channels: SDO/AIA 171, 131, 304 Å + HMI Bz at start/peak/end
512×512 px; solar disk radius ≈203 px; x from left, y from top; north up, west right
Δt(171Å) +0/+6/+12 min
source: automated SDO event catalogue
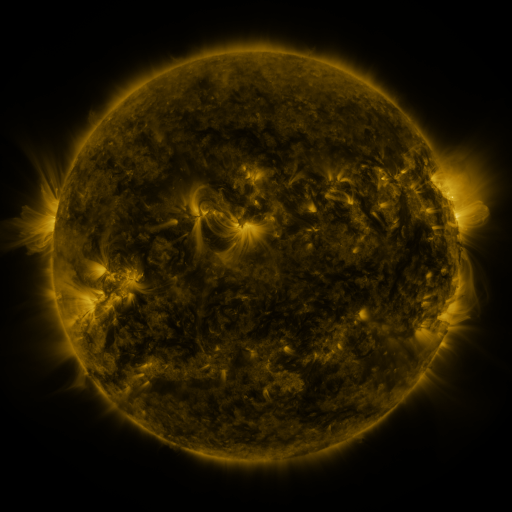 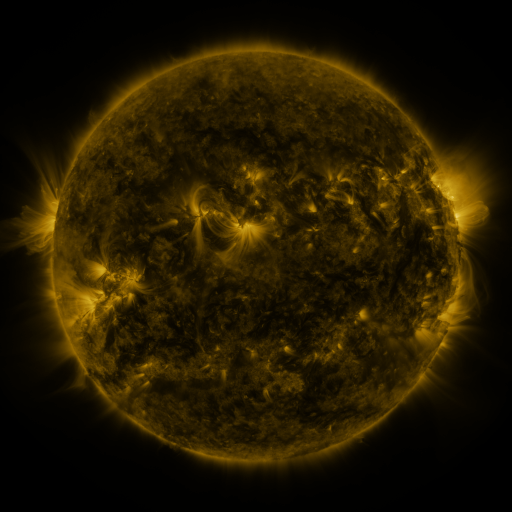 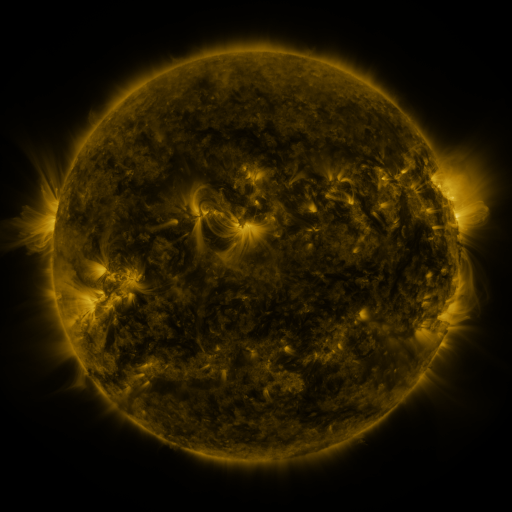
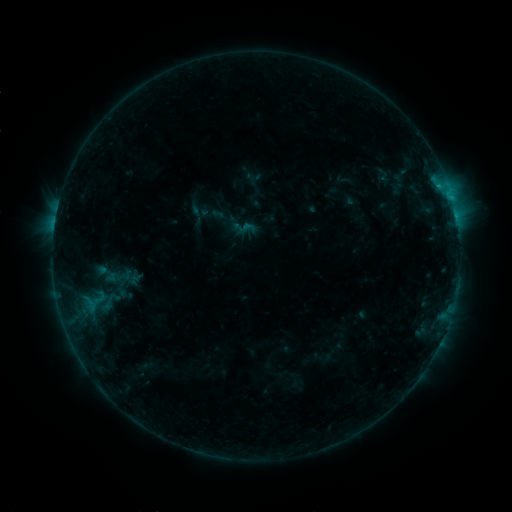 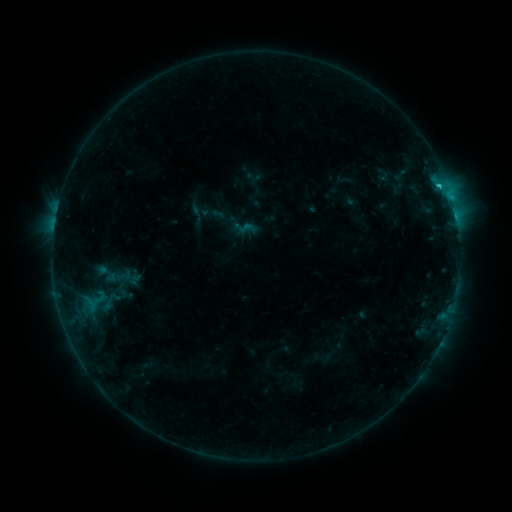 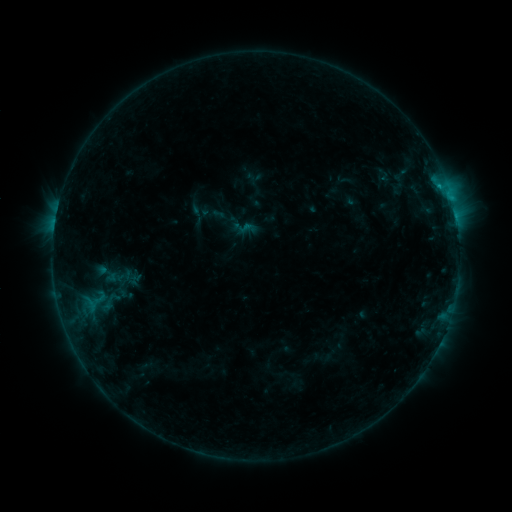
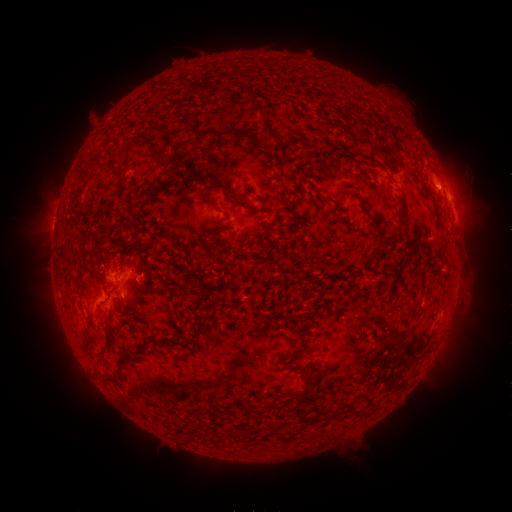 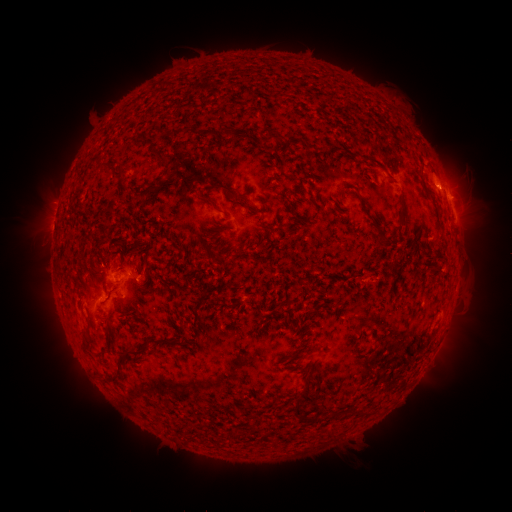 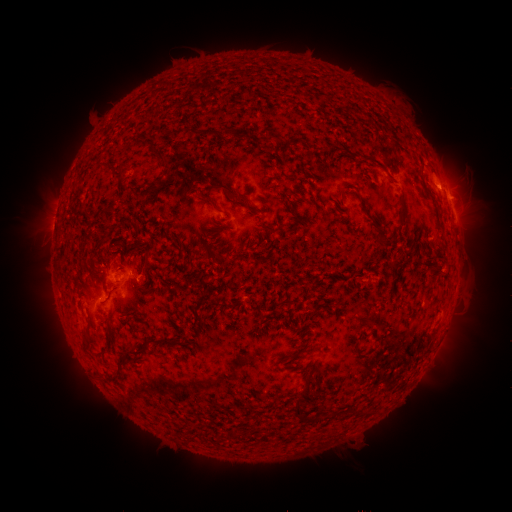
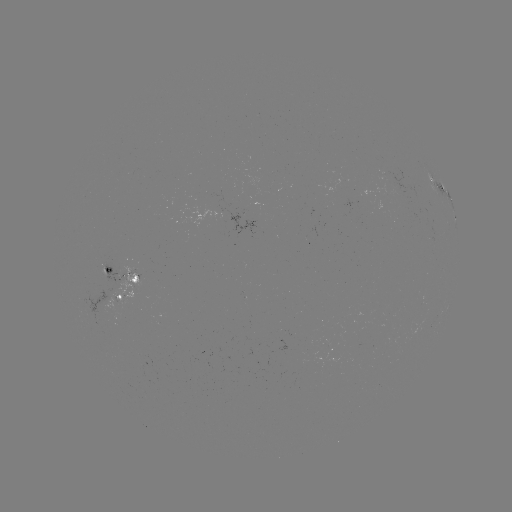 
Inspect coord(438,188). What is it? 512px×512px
B9.1 flare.